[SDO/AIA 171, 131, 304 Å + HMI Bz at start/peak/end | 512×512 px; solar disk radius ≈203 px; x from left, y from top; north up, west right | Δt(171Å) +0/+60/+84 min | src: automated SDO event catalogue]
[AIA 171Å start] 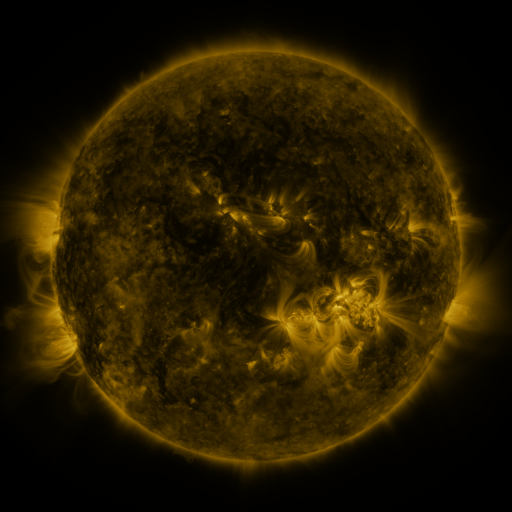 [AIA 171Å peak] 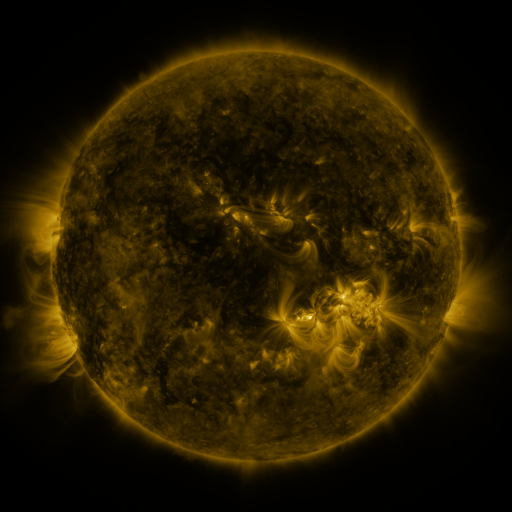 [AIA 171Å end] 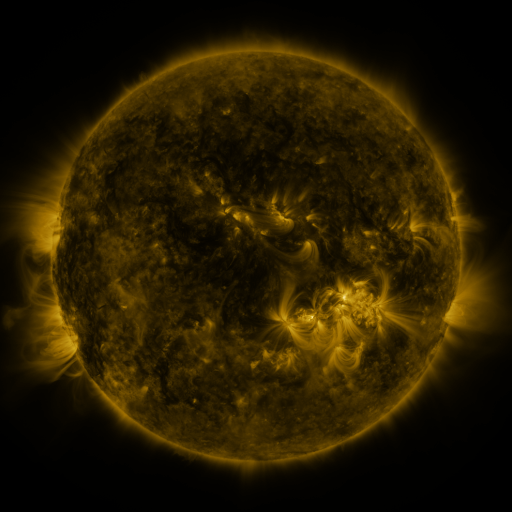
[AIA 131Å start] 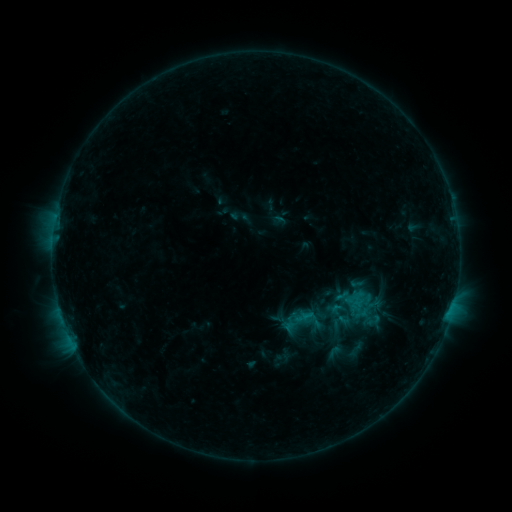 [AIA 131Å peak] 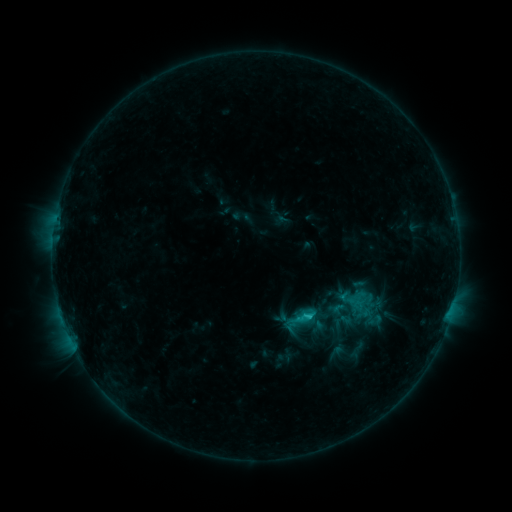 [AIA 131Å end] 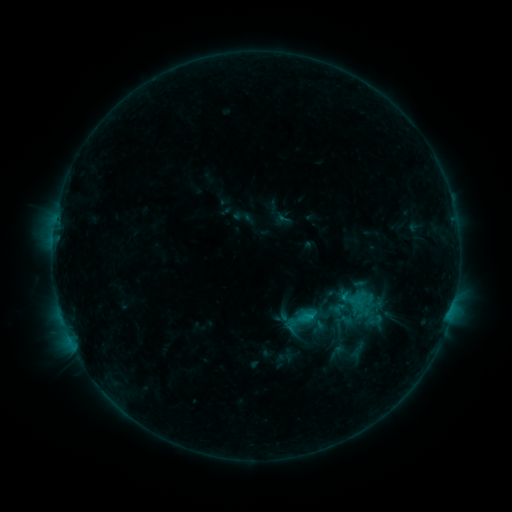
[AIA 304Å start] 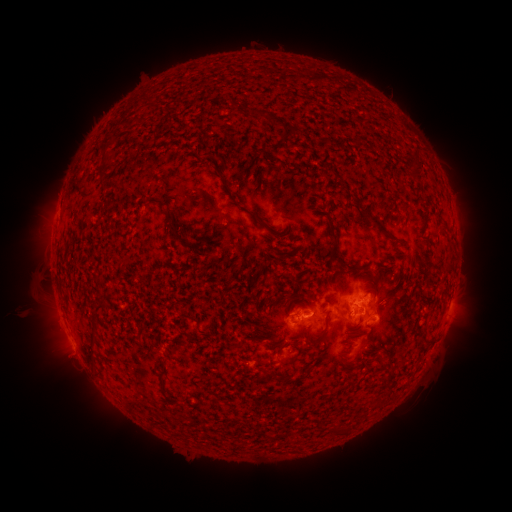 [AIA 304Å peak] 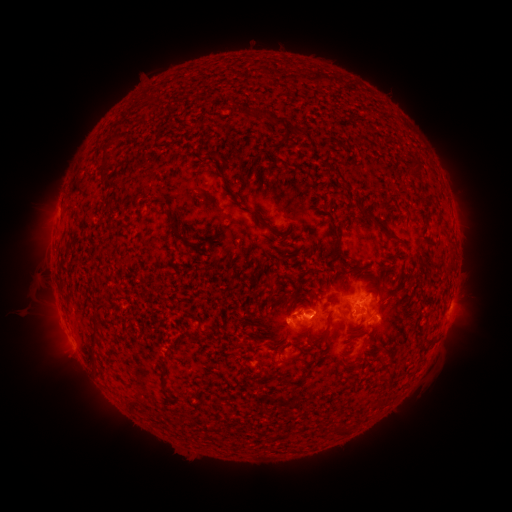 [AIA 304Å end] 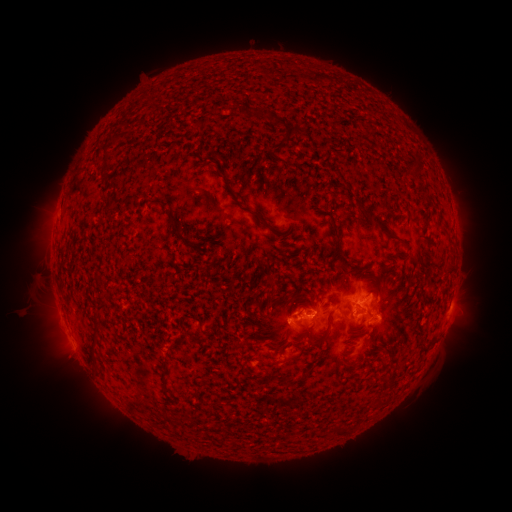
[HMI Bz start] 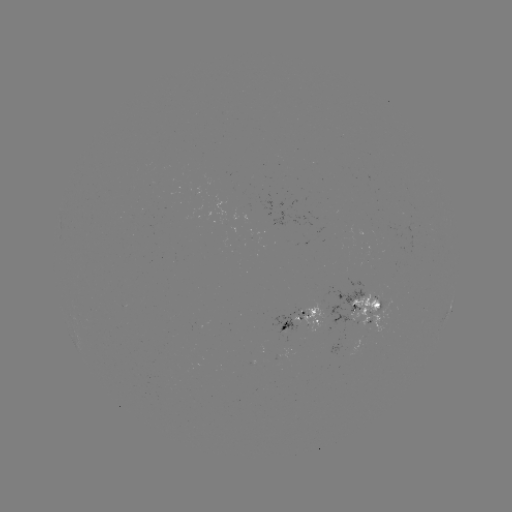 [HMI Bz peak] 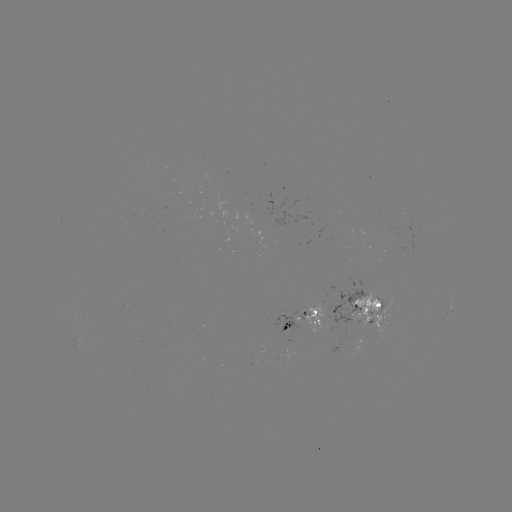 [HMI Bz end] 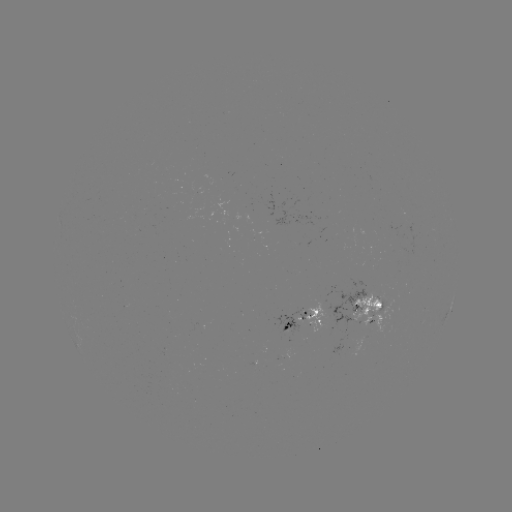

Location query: emerging-flux region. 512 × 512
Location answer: [273, 223].